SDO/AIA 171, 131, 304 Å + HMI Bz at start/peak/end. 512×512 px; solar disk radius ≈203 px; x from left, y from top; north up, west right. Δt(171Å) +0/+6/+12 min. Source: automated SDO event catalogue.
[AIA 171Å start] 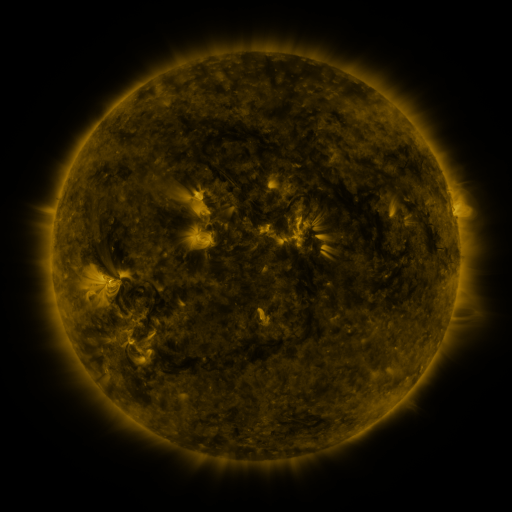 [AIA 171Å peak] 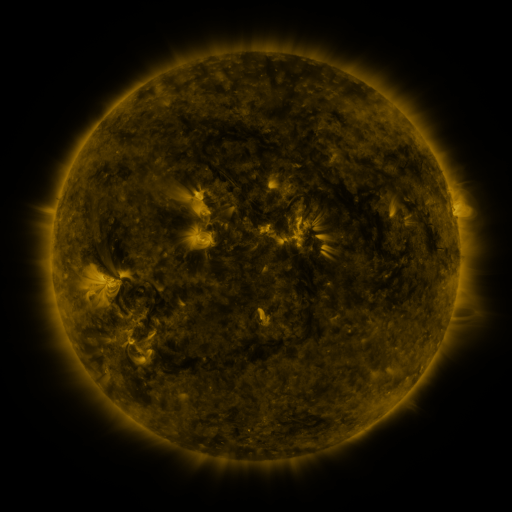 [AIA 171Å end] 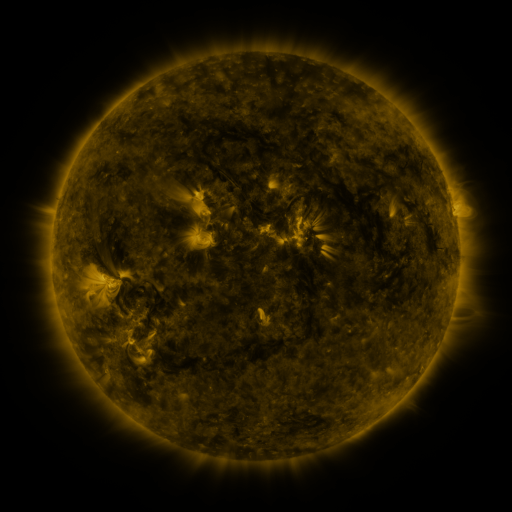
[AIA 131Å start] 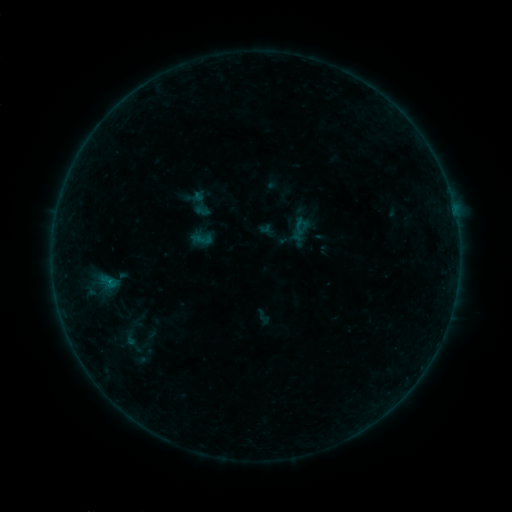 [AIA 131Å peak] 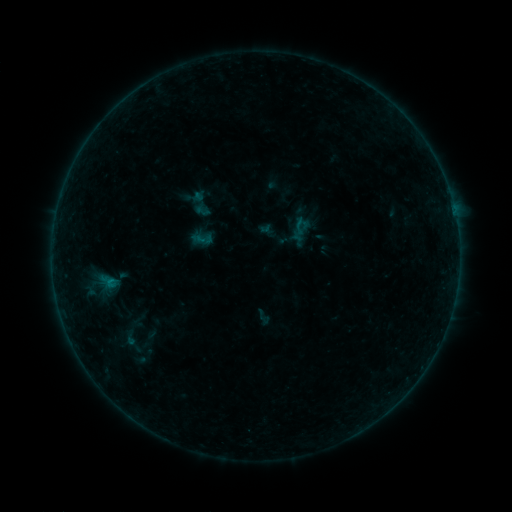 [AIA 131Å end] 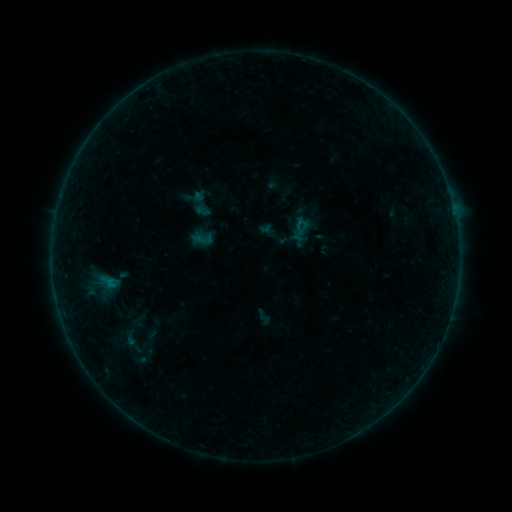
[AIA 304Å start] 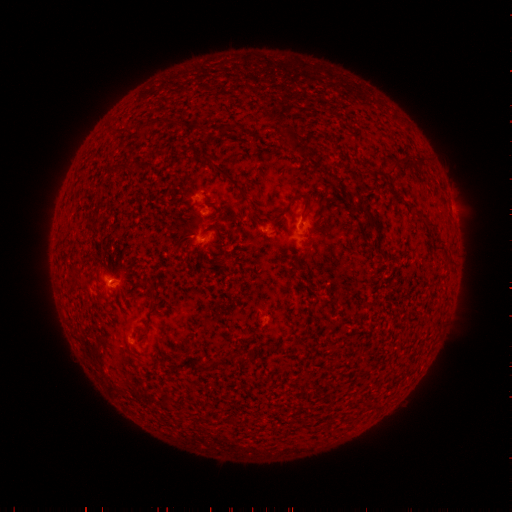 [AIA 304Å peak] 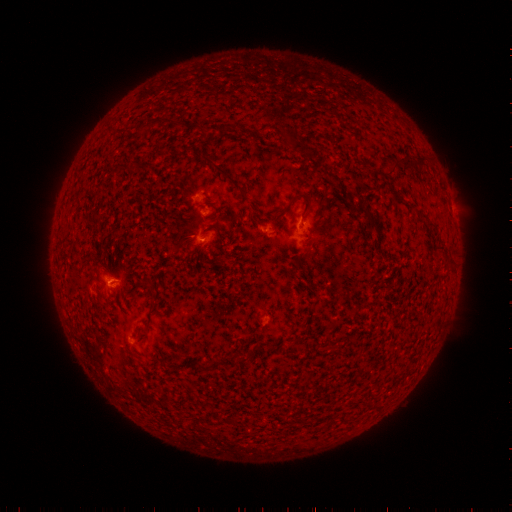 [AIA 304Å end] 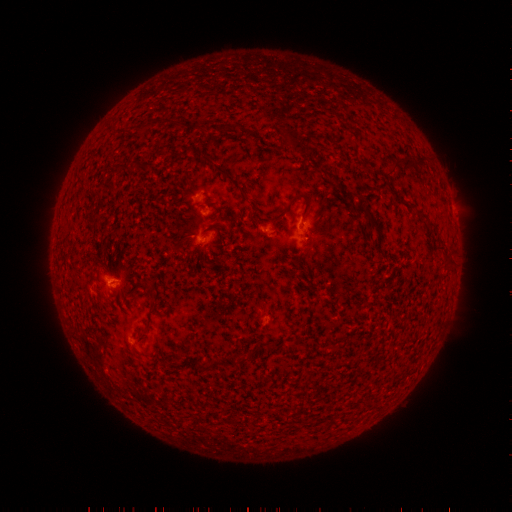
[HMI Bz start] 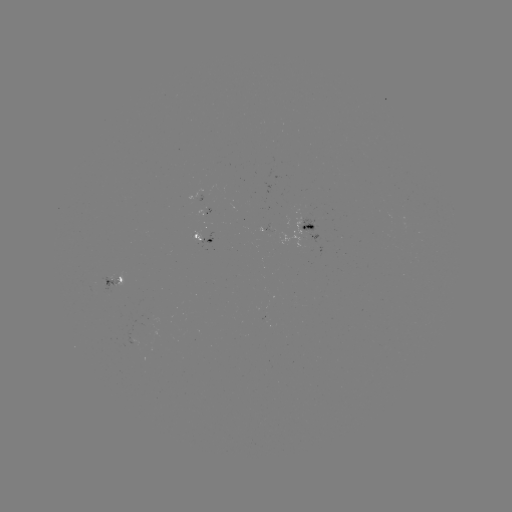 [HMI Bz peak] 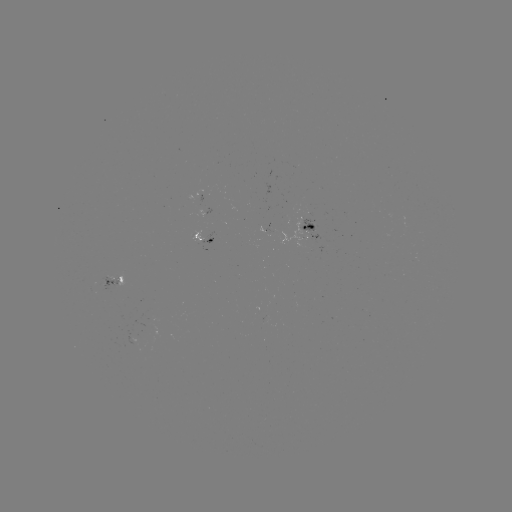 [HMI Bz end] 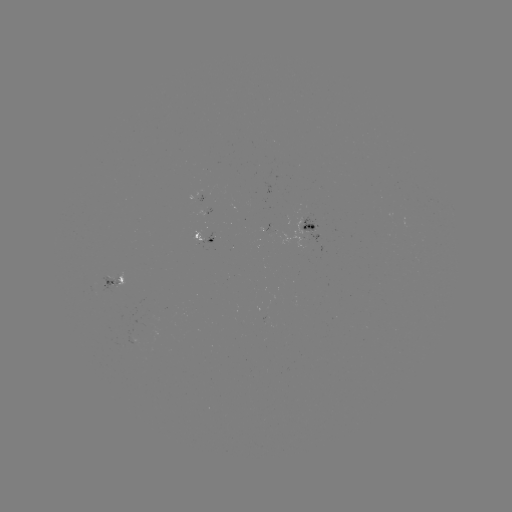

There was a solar flare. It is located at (110, 279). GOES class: B1.7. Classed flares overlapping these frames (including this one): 1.